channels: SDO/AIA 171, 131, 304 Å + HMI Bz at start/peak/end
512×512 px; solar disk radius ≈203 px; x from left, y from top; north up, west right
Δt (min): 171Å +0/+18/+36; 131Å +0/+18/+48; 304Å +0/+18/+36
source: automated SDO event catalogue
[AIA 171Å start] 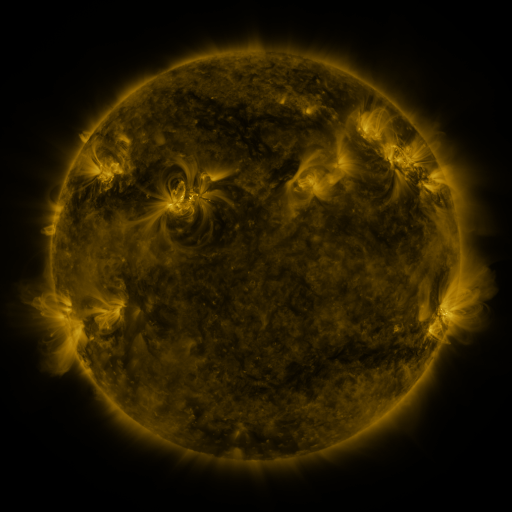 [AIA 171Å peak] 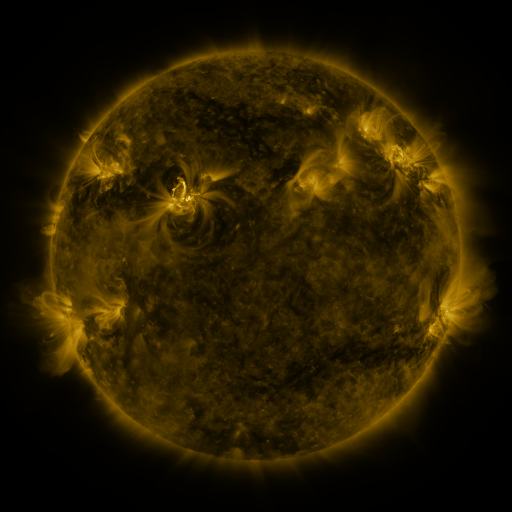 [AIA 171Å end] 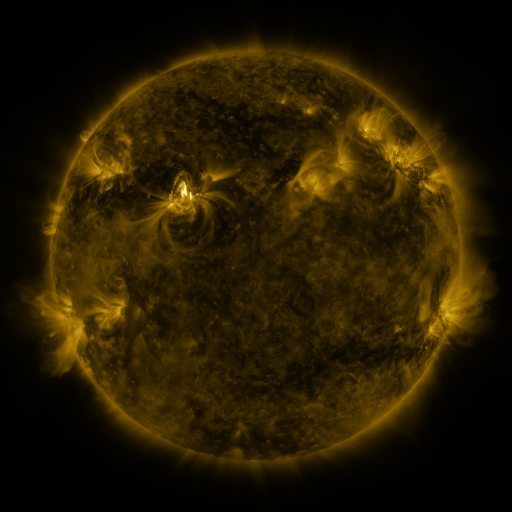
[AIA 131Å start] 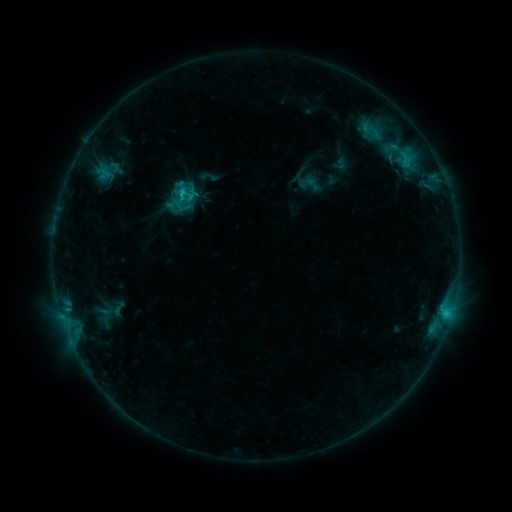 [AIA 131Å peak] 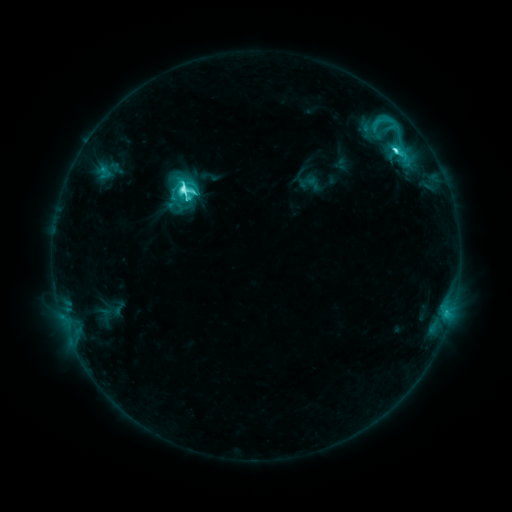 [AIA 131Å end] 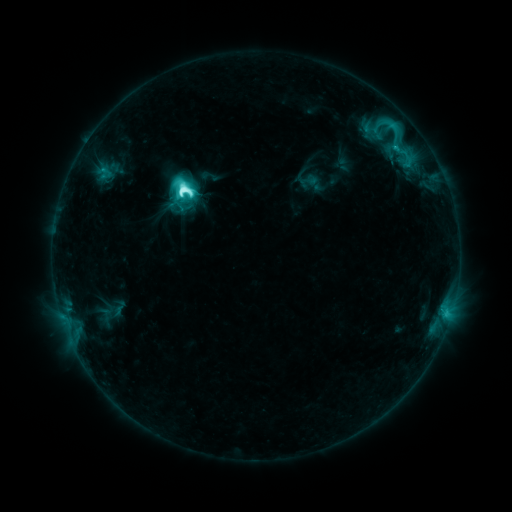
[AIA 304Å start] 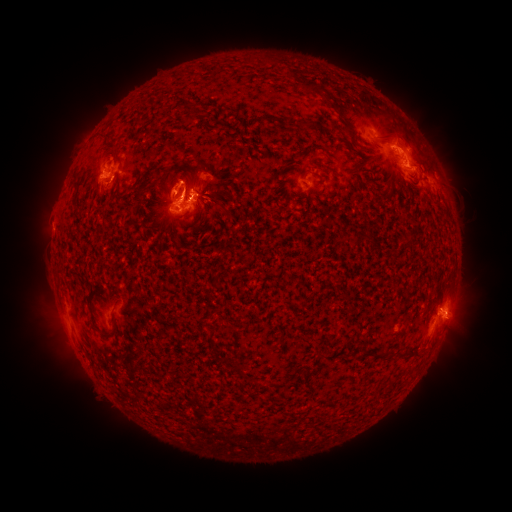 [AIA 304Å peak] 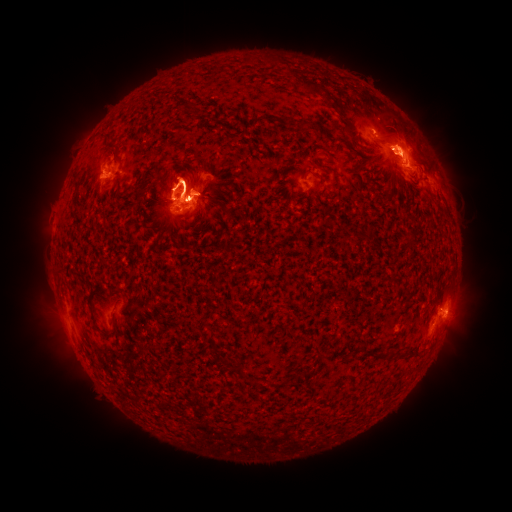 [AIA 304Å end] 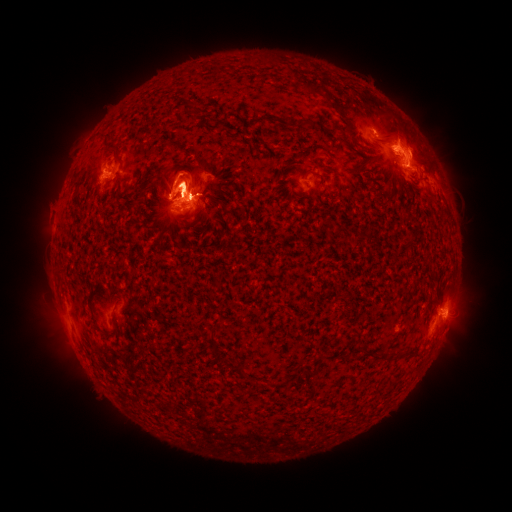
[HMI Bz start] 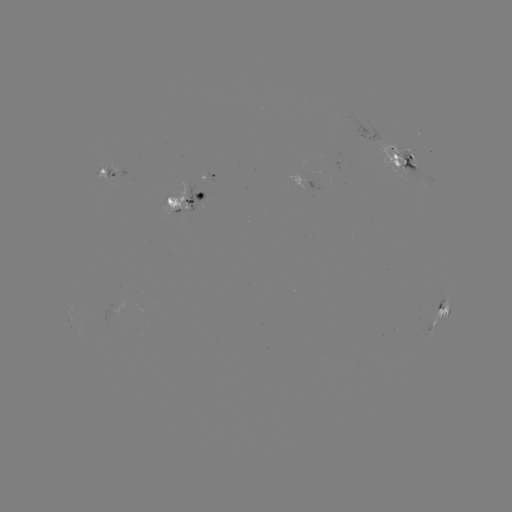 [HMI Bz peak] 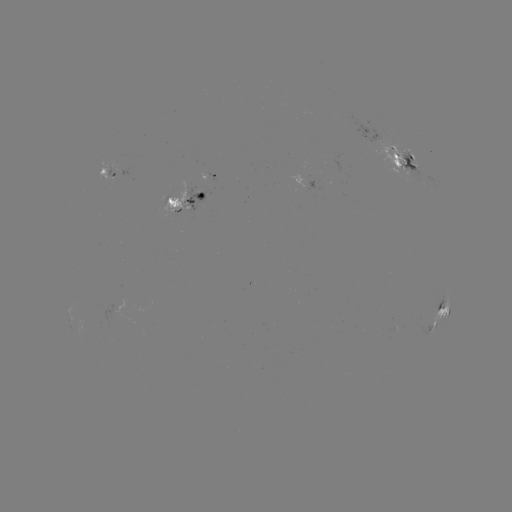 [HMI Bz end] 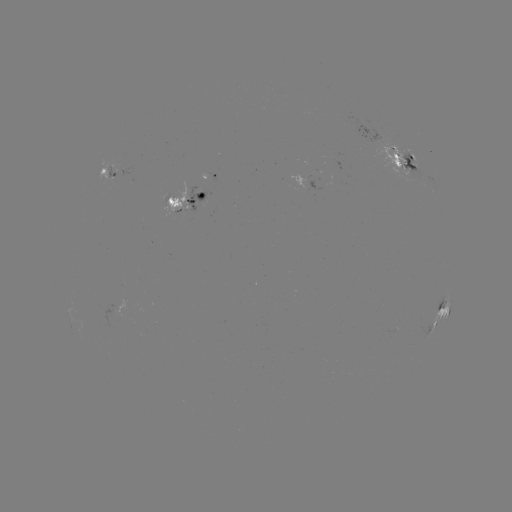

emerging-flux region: <bbox>365, 138, 417, 174</bbox>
